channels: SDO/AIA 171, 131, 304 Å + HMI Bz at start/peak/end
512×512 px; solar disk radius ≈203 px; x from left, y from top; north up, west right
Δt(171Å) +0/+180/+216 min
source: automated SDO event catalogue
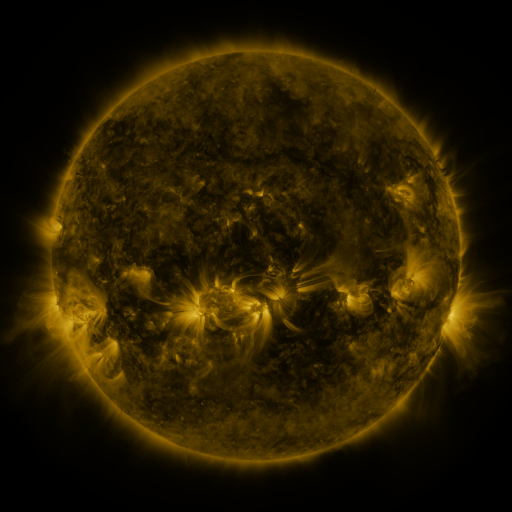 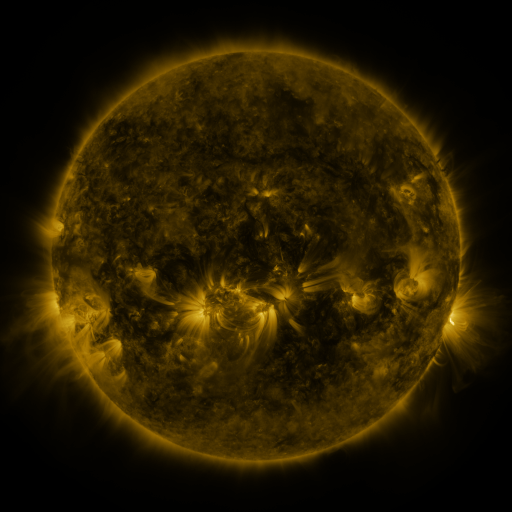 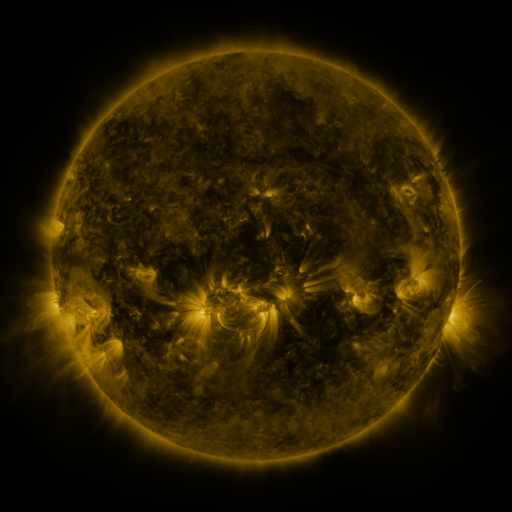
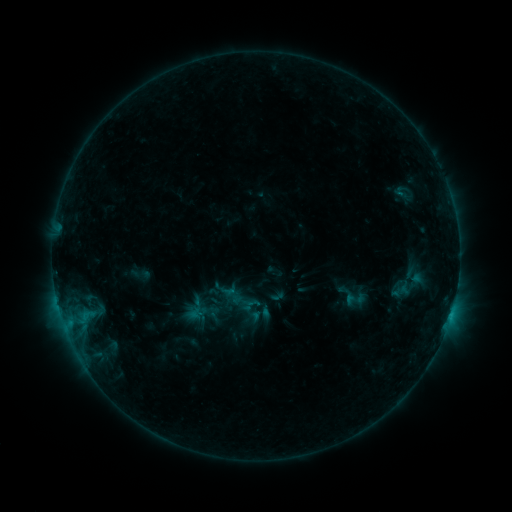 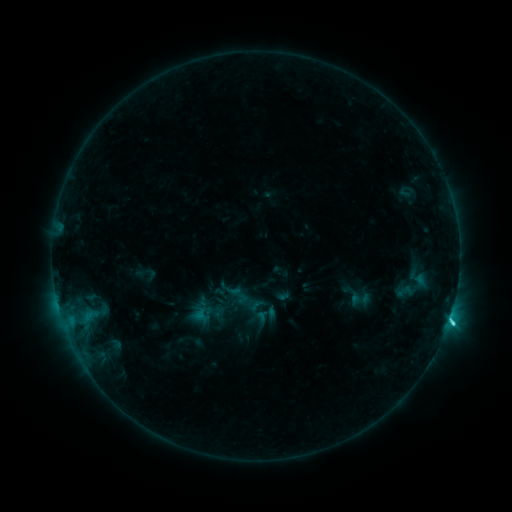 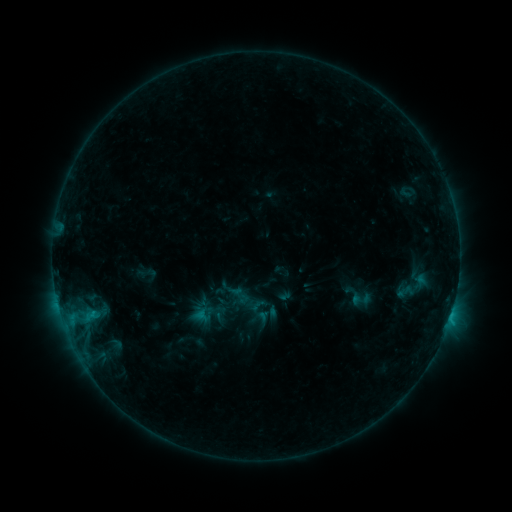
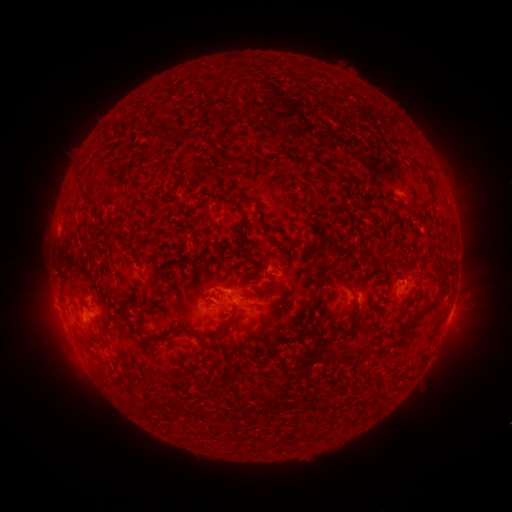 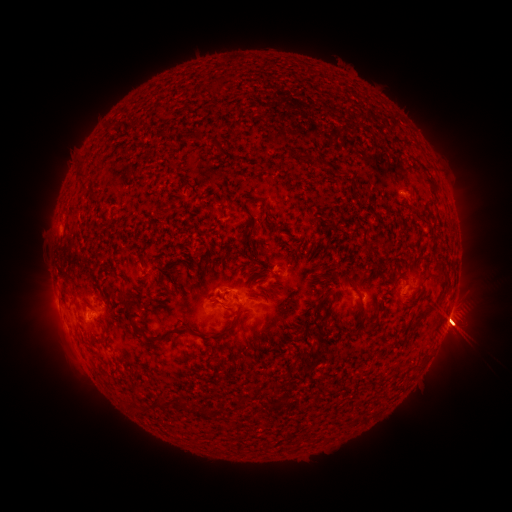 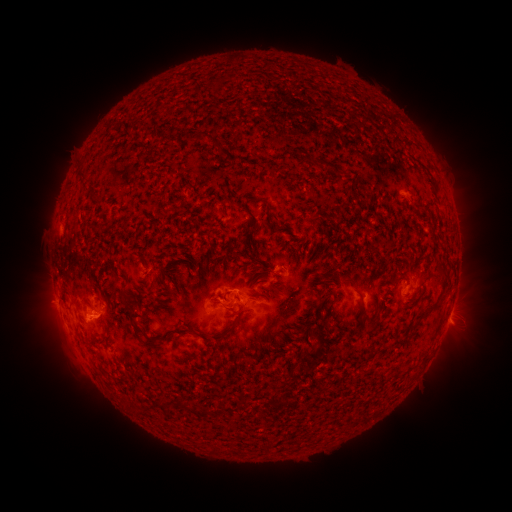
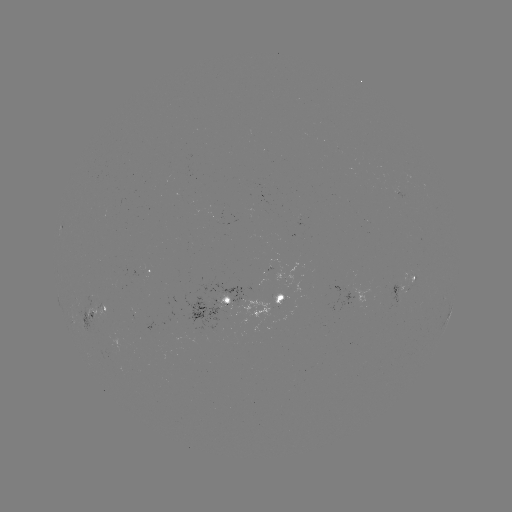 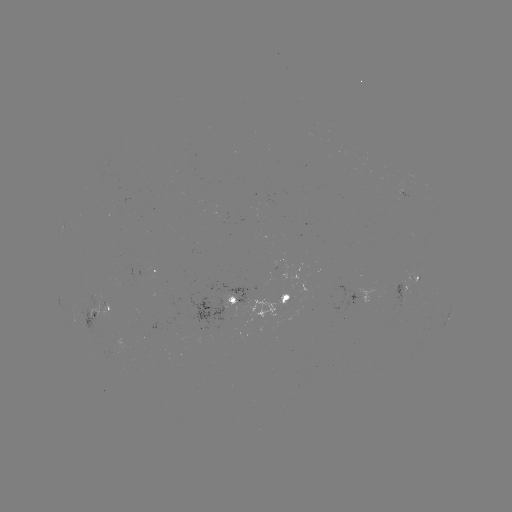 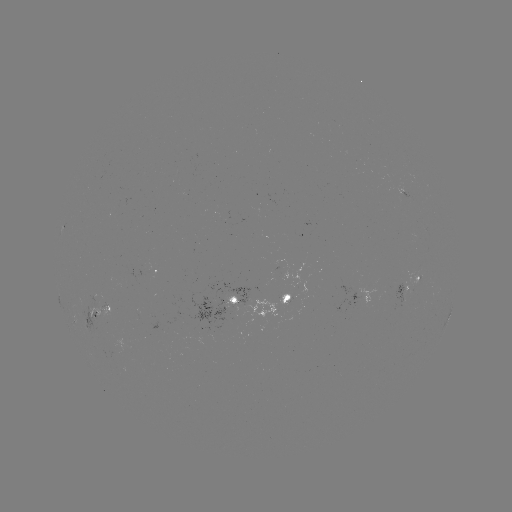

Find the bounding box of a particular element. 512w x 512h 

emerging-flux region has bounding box [102, 349, 118, 358].